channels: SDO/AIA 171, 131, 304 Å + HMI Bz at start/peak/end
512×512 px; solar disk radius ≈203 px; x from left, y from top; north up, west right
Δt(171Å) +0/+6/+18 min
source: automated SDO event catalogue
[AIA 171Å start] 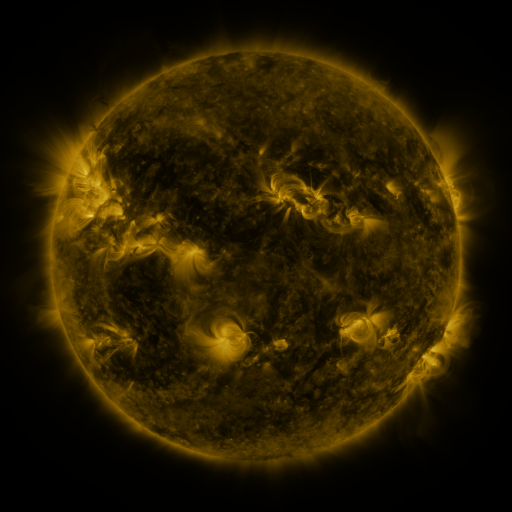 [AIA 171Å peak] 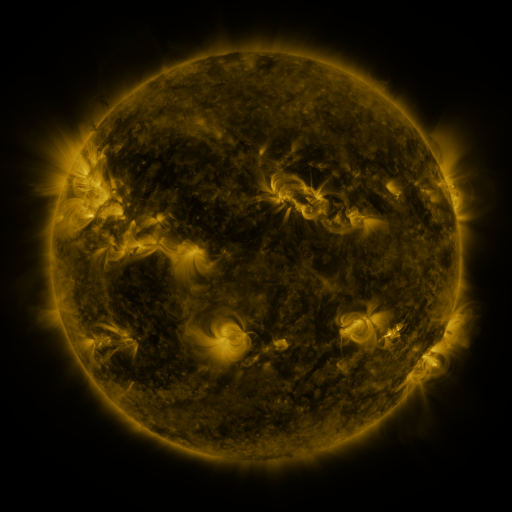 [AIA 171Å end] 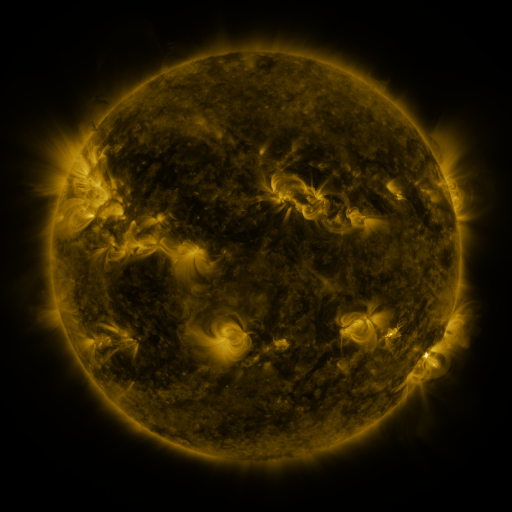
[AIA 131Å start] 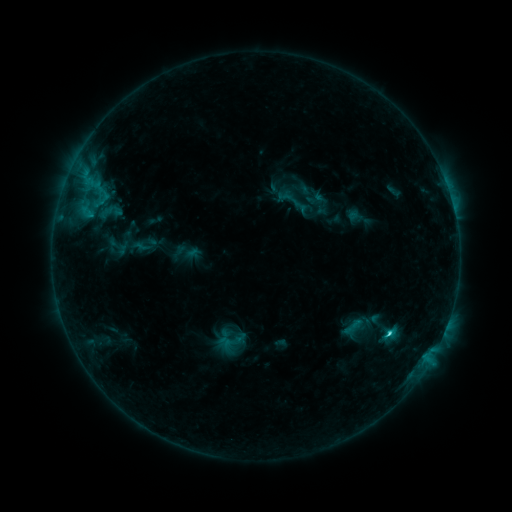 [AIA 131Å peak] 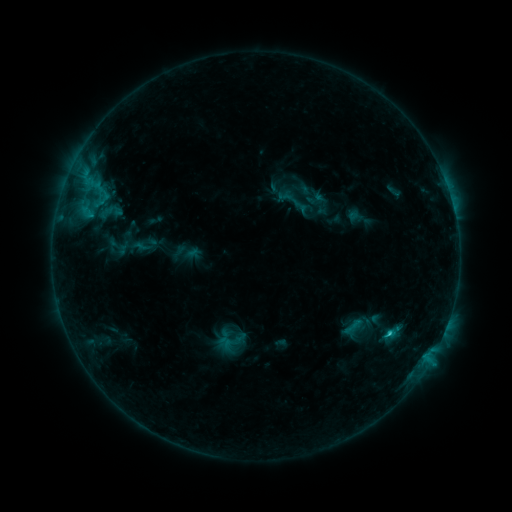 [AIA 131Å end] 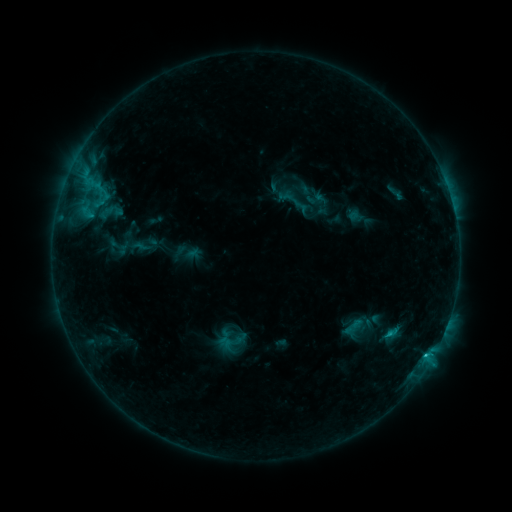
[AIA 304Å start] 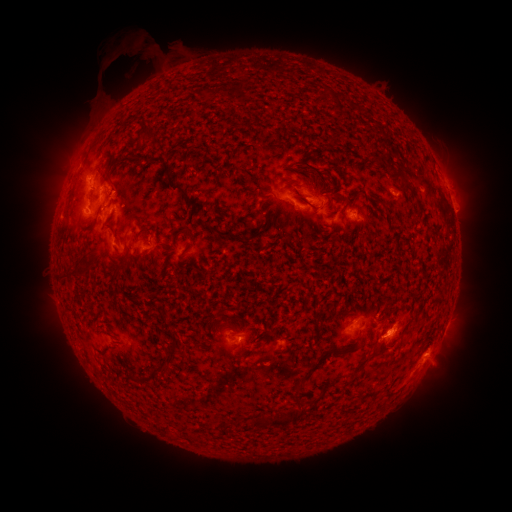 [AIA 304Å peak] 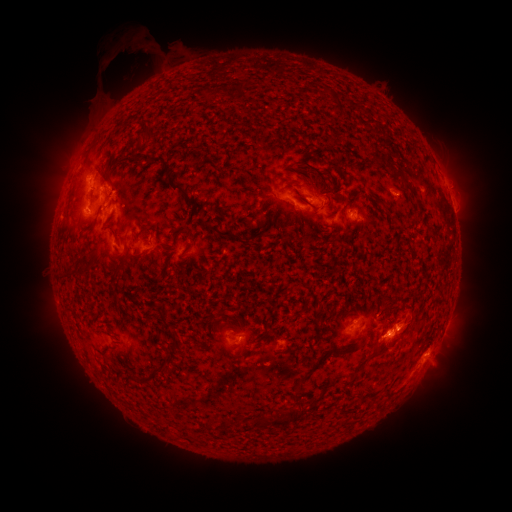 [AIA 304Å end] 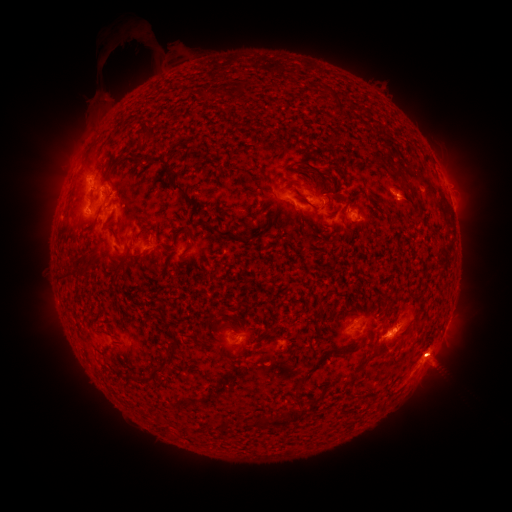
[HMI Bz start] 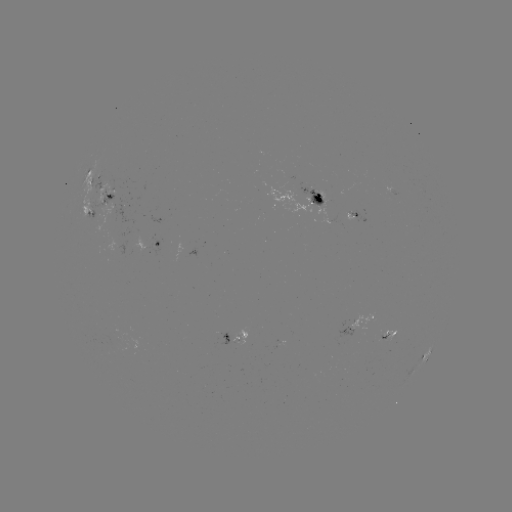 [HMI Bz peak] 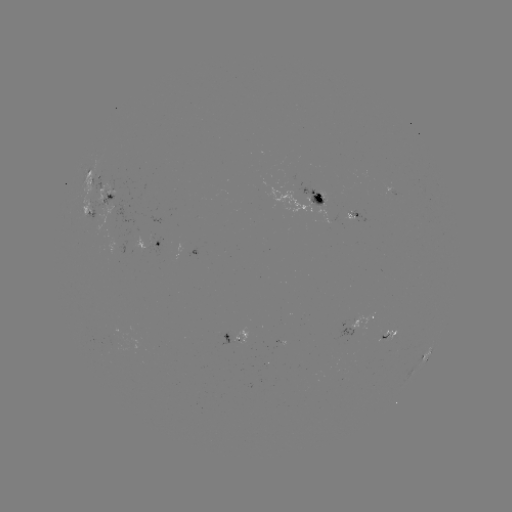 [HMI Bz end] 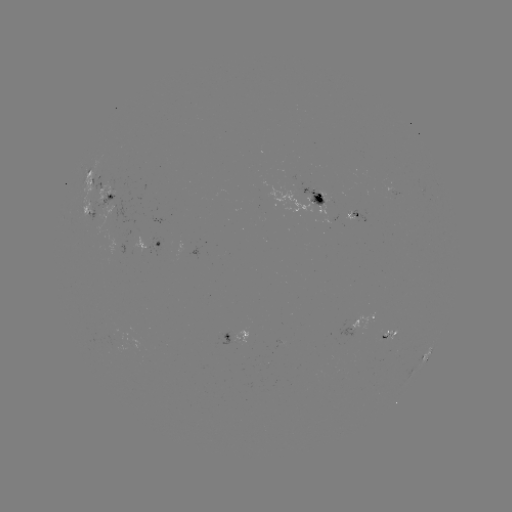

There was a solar eruption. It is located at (408, 313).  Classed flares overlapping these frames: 1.